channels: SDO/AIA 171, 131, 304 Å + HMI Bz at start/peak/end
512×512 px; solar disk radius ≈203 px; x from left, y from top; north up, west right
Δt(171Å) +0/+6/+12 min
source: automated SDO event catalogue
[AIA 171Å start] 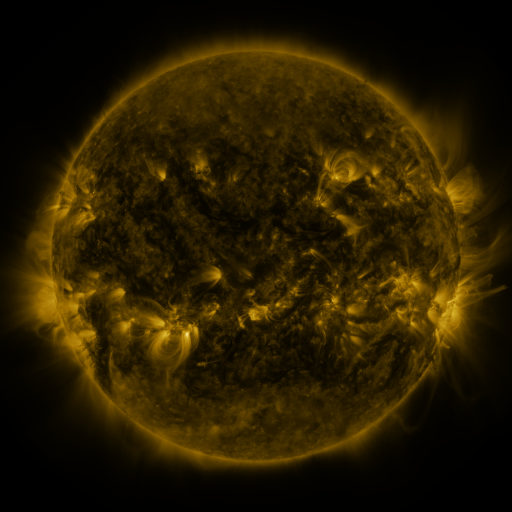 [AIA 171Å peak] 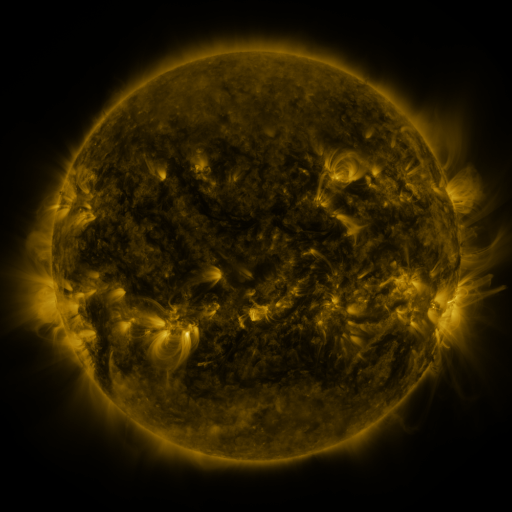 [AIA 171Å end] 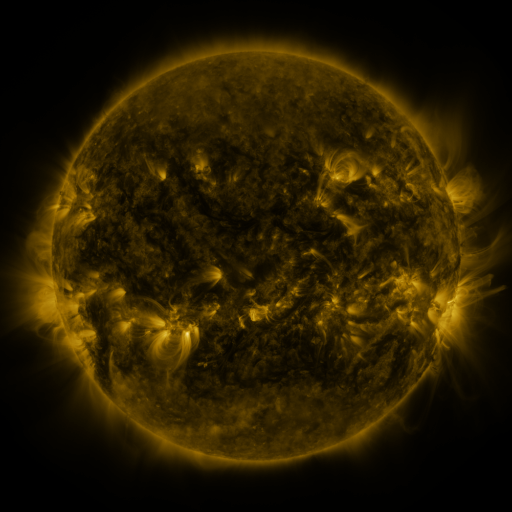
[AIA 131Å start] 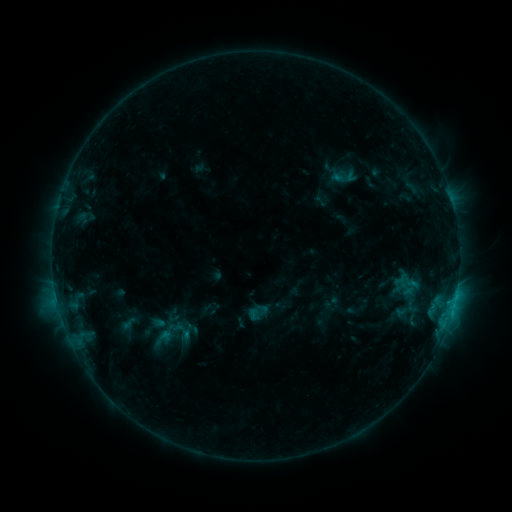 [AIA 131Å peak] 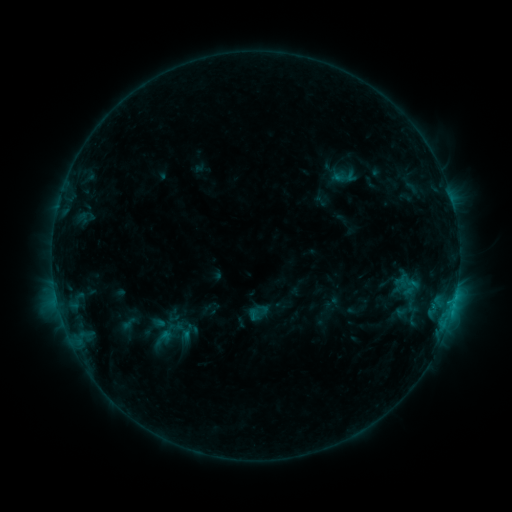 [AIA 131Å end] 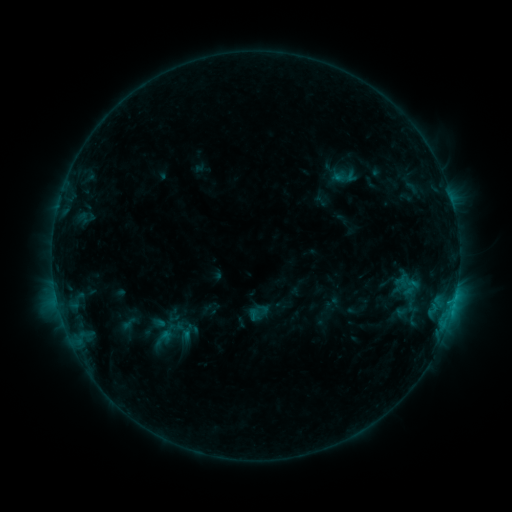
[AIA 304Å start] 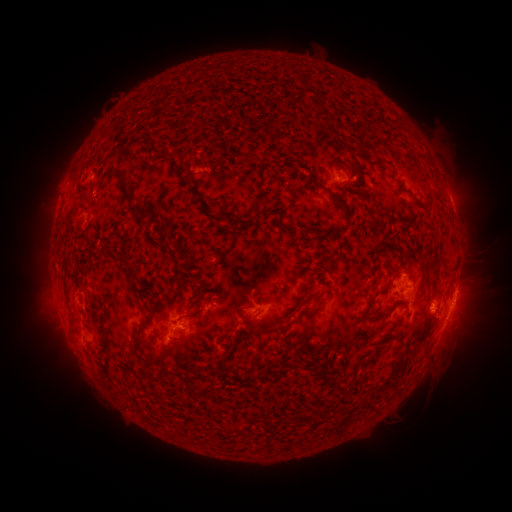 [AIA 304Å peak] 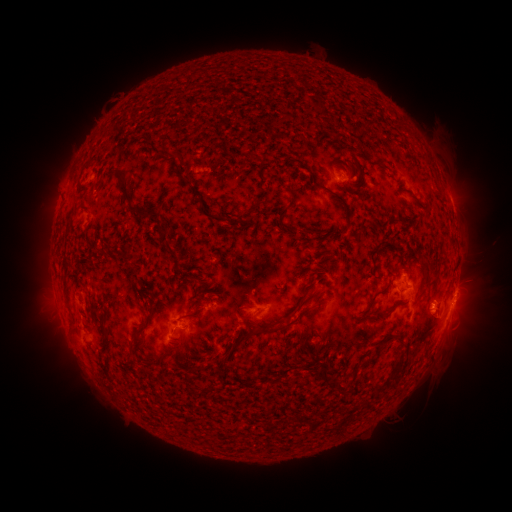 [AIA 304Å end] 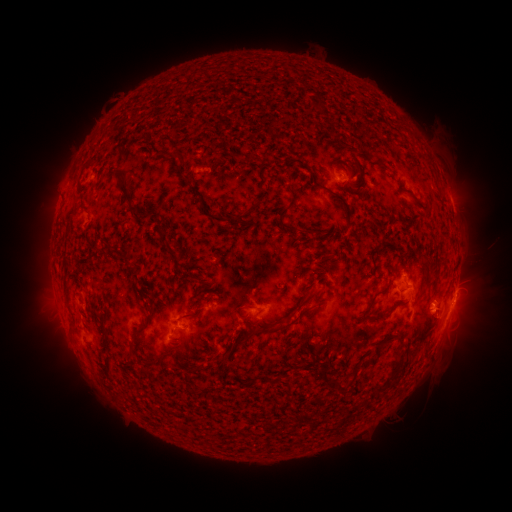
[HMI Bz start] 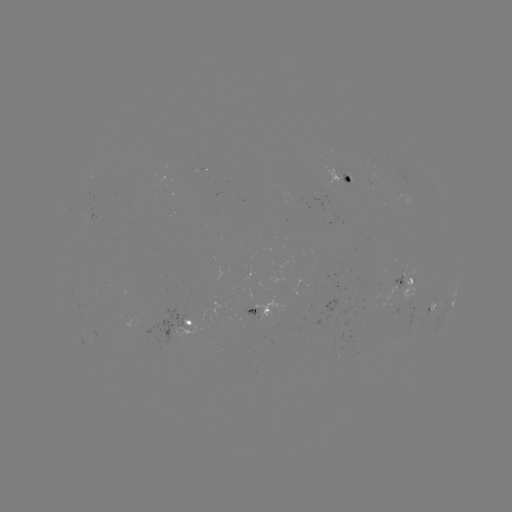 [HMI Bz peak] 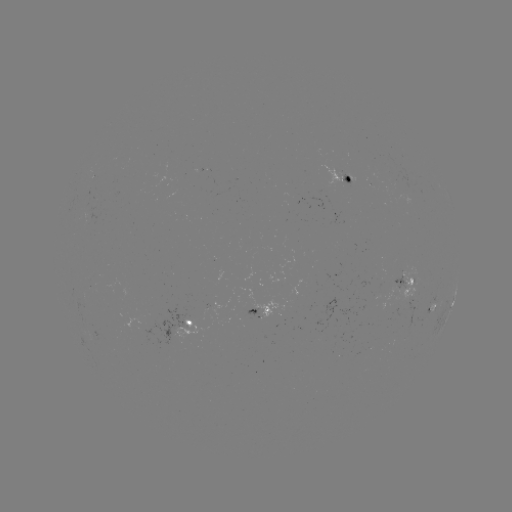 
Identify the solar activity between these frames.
no classed flare was catalogued and no EUV brightening was flagged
